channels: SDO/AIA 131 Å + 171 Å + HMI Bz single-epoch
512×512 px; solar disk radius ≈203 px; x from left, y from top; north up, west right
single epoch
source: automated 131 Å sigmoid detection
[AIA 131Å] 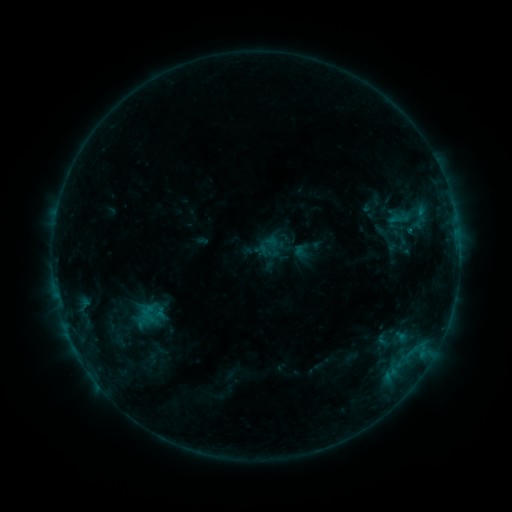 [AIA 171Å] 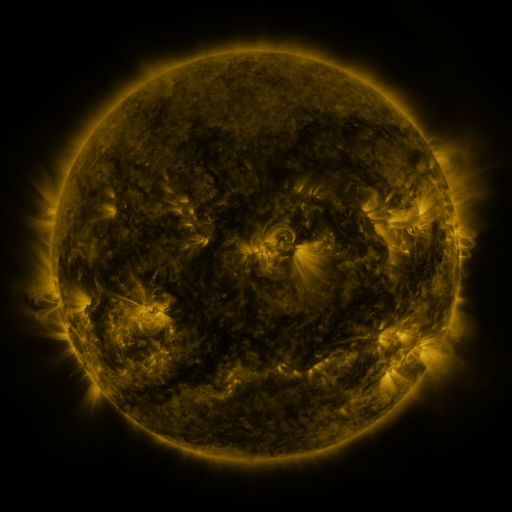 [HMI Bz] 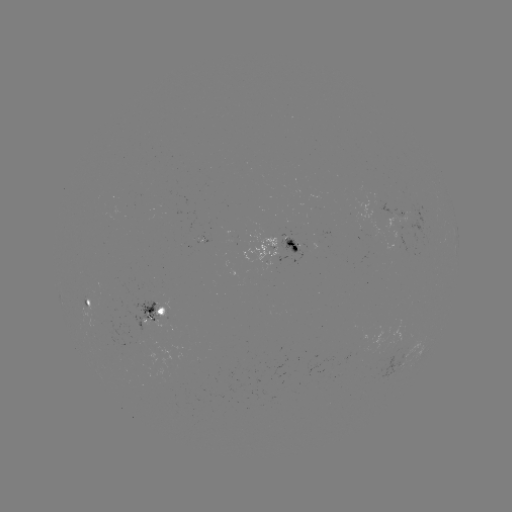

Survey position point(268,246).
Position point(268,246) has sigmoid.